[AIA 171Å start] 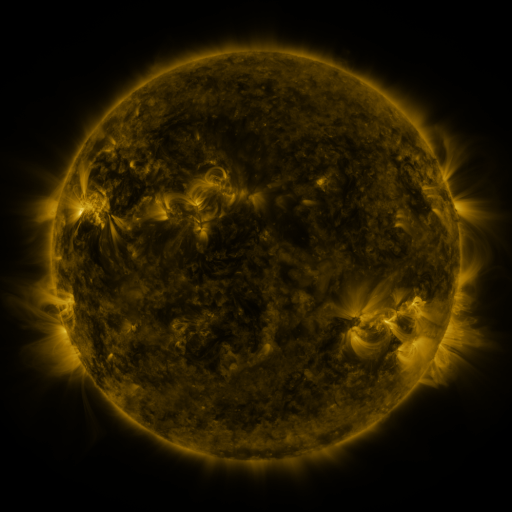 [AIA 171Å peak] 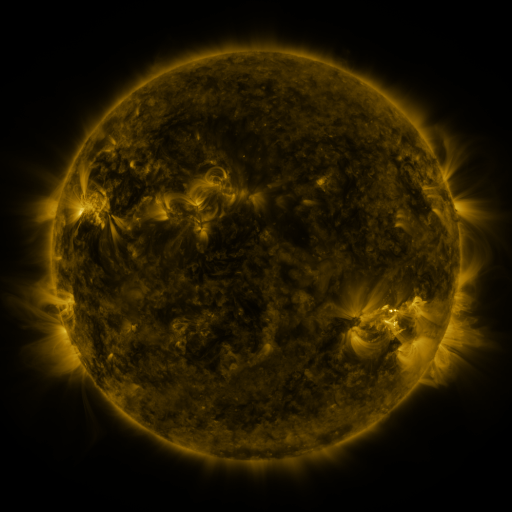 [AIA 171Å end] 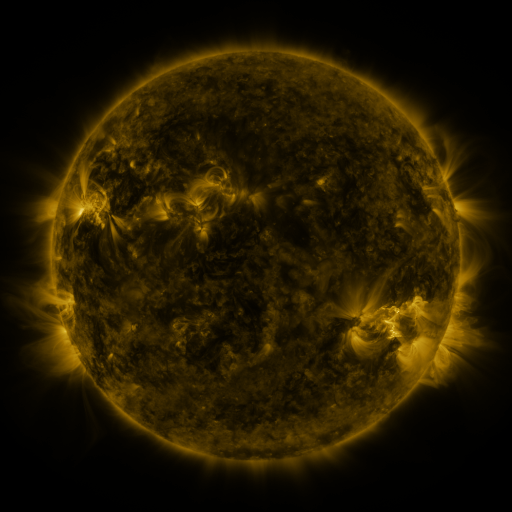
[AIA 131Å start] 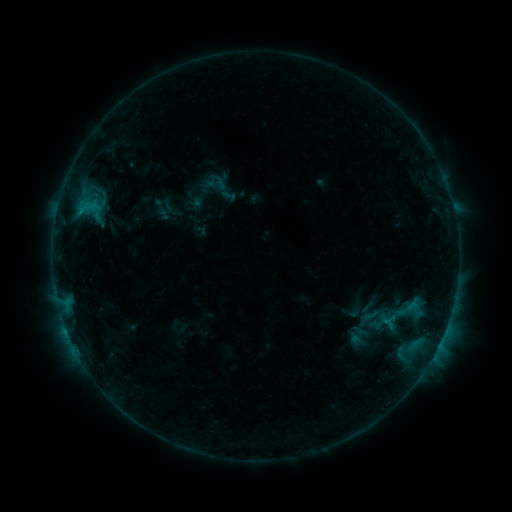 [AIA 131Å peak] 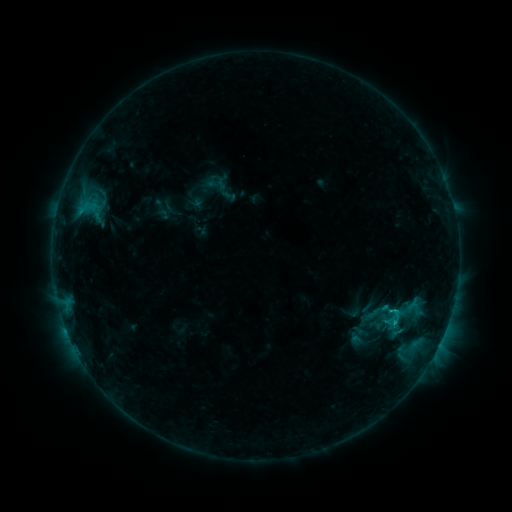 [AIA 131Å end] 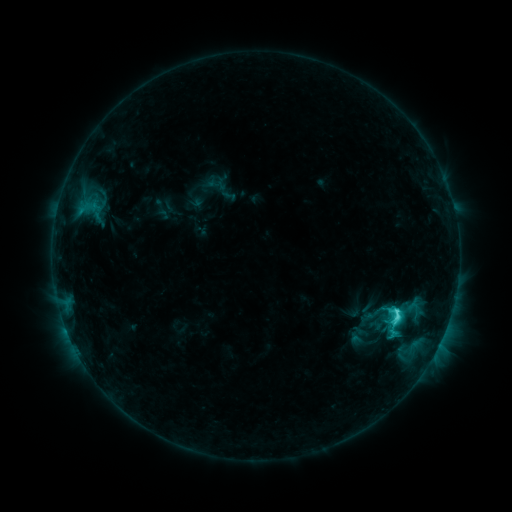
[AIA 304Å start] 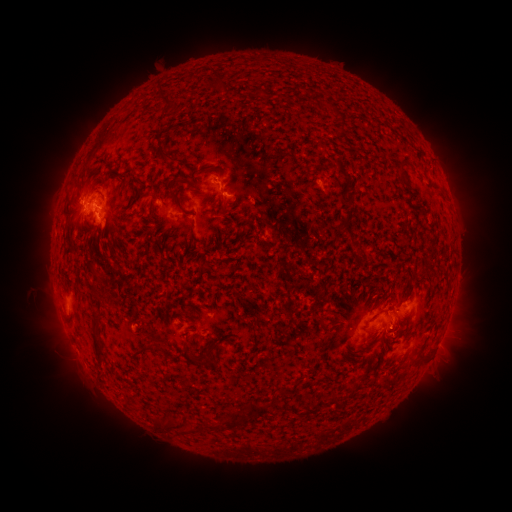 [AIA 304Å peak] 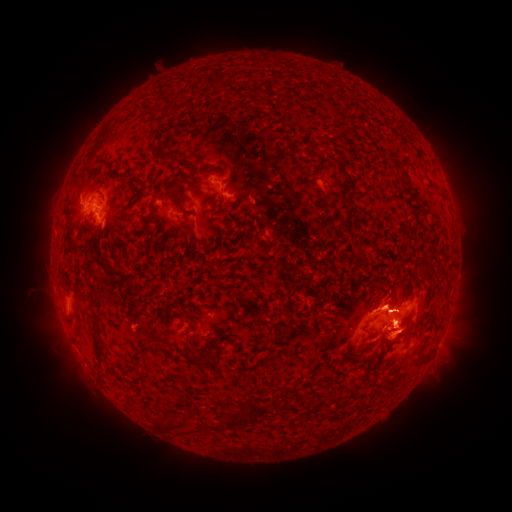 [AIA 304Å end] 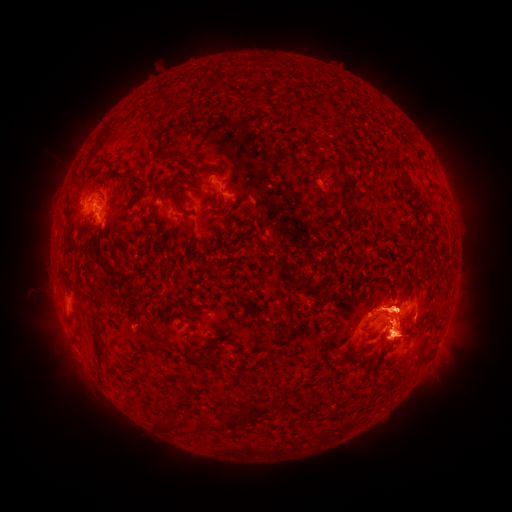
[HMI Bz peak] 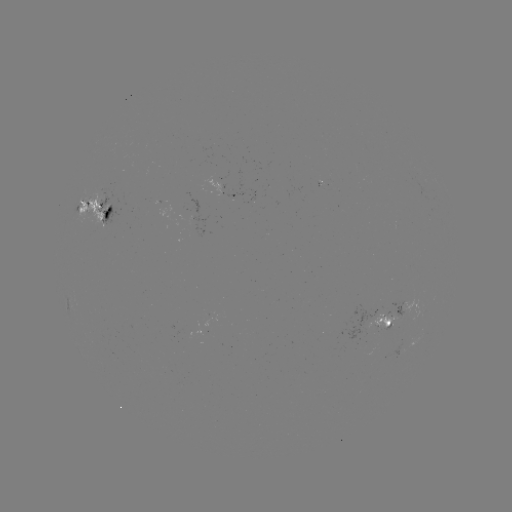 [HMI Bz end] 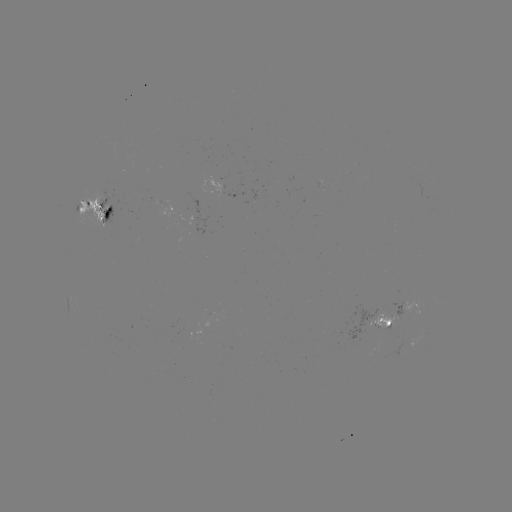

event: eruption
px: (408, 378)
